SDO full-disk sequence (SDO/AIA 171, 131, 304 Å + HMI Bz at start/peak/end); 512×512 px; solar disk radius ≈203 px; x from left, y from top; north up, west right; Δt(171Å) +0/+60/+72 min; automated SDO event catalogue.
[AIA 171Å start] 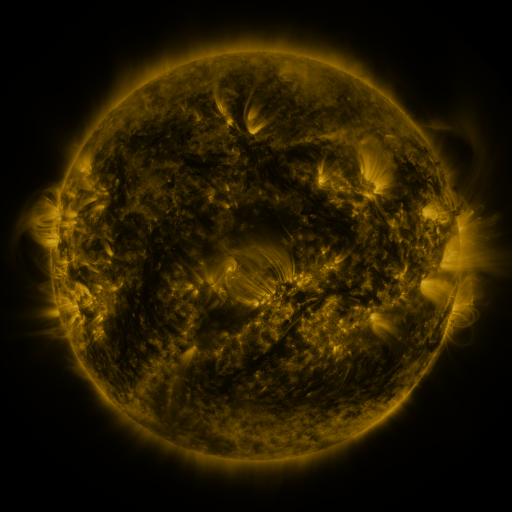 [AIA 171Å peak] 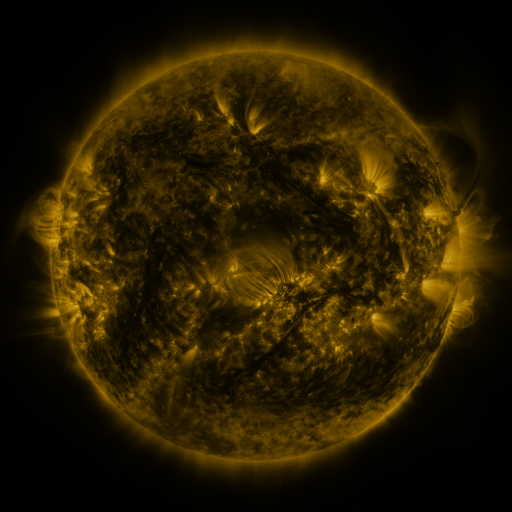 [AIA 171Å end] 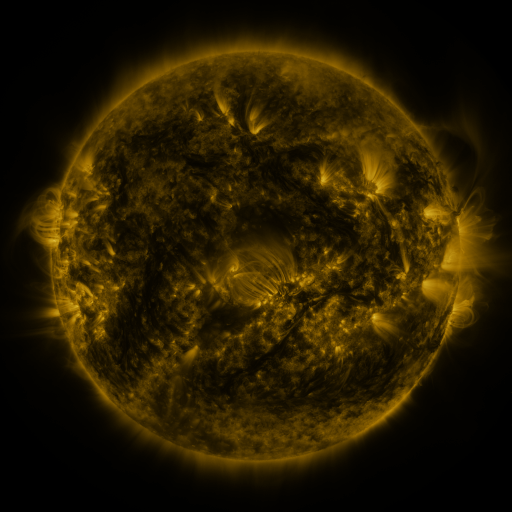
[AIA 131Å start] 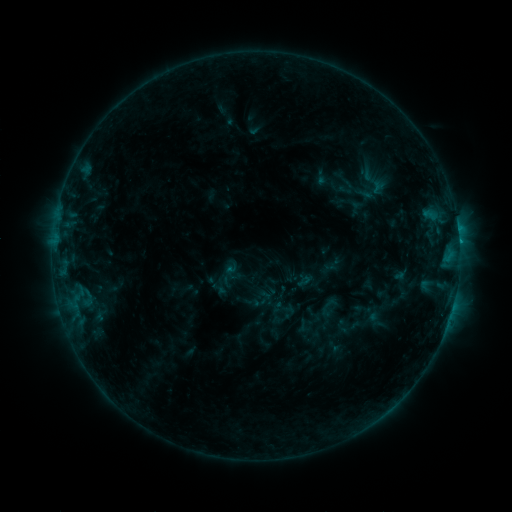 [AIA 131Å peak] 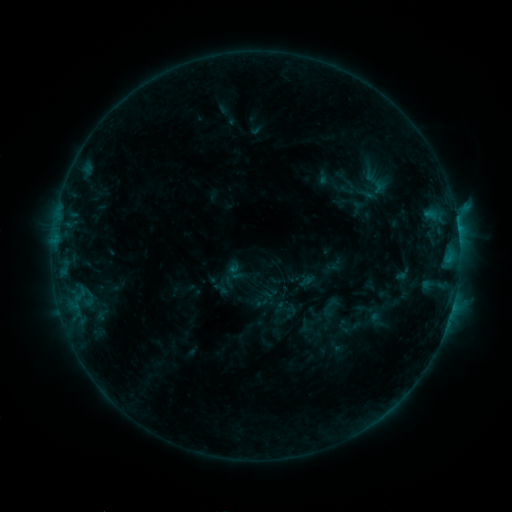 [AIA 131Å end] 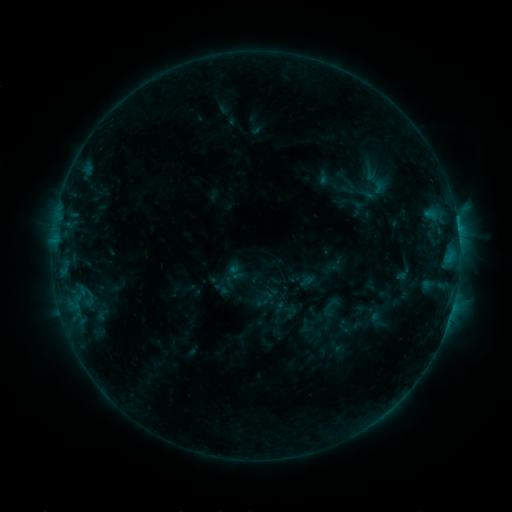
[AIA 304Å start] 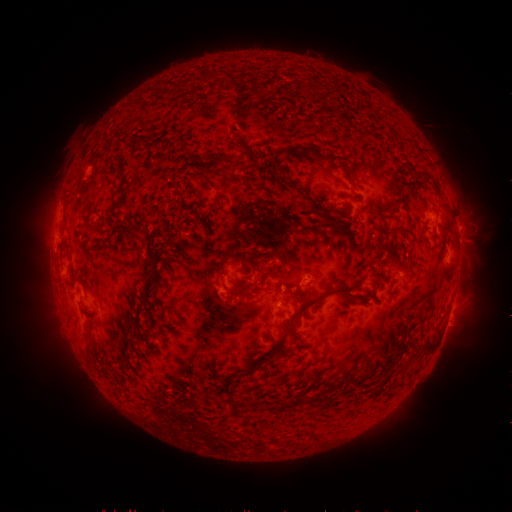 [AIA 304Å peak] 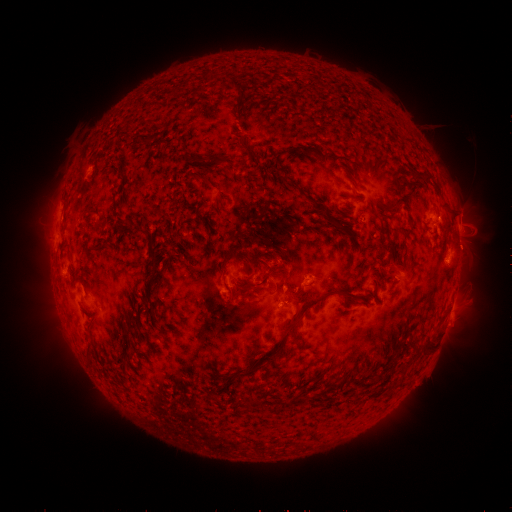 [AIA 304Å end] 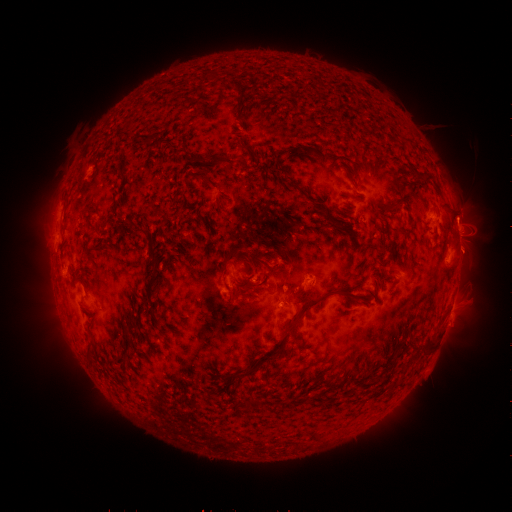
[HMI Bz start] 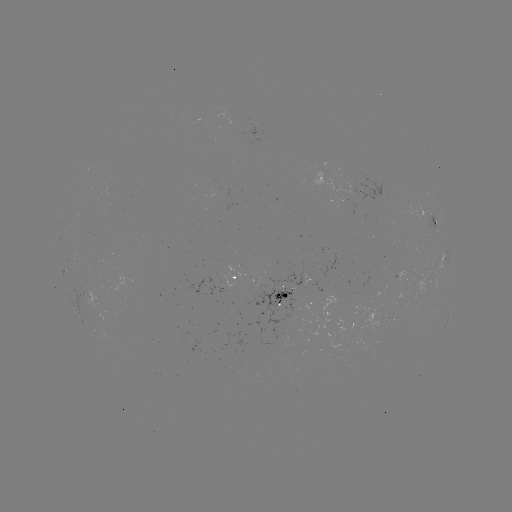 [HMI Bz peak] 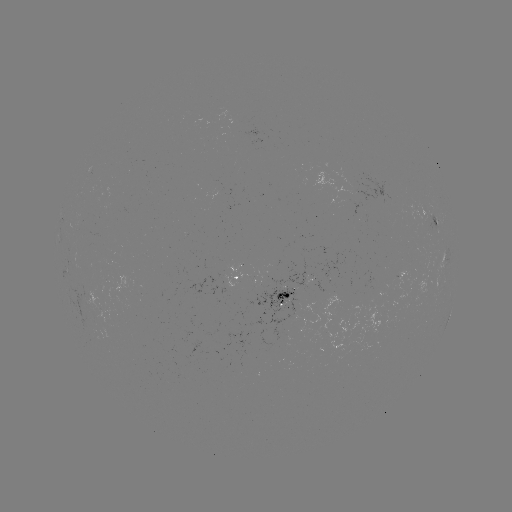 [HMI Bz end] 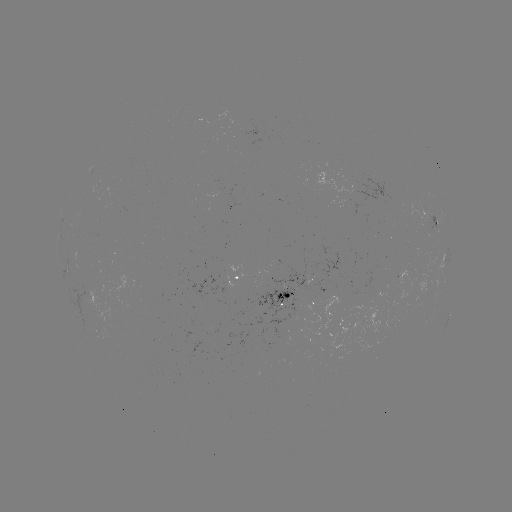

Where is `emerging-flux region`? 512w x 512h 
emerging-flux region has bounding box [406, 200, 430, 225].